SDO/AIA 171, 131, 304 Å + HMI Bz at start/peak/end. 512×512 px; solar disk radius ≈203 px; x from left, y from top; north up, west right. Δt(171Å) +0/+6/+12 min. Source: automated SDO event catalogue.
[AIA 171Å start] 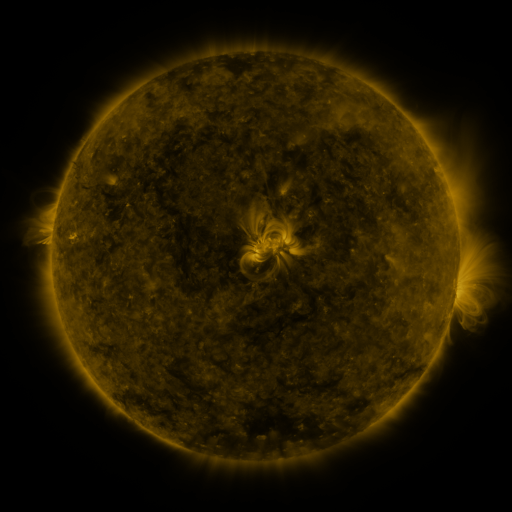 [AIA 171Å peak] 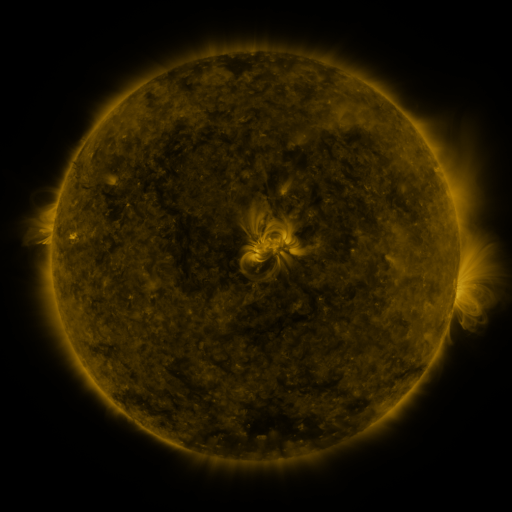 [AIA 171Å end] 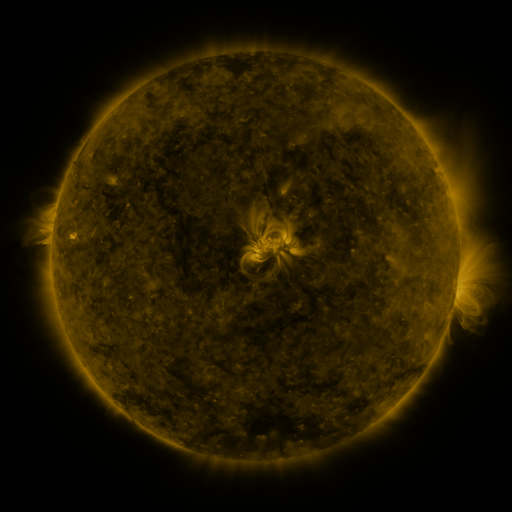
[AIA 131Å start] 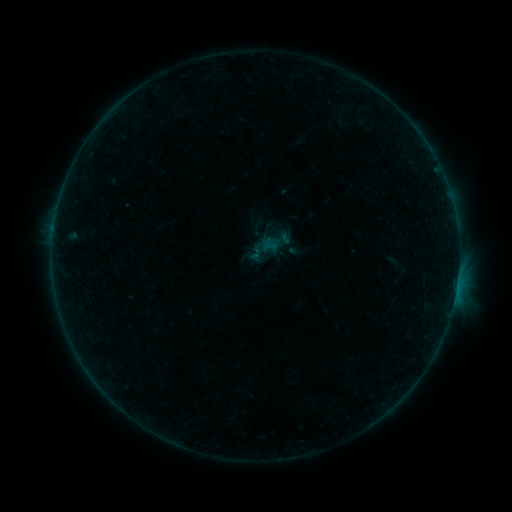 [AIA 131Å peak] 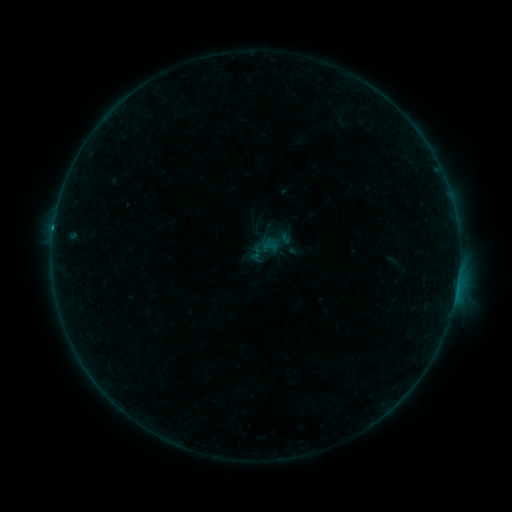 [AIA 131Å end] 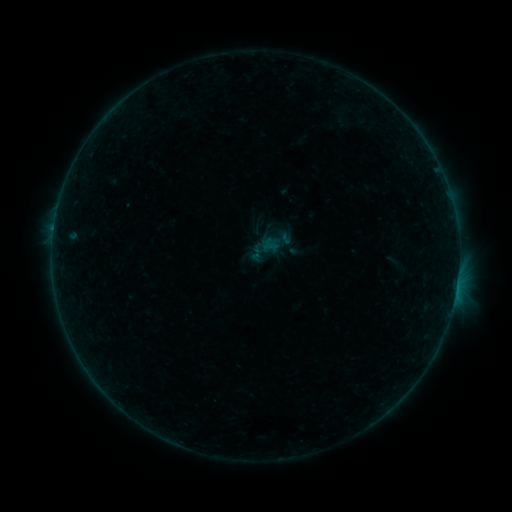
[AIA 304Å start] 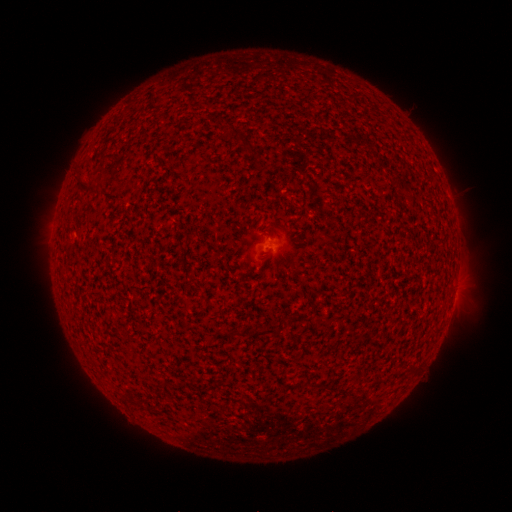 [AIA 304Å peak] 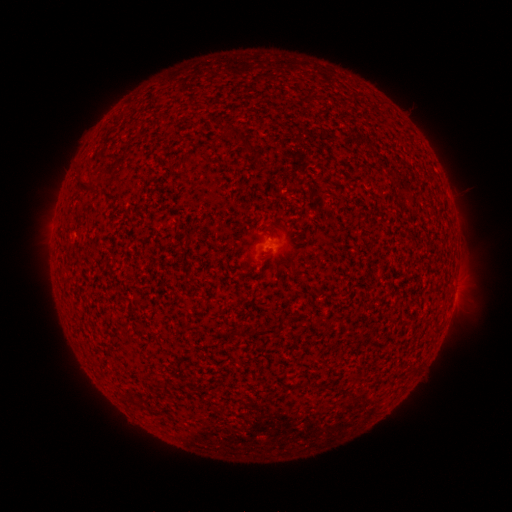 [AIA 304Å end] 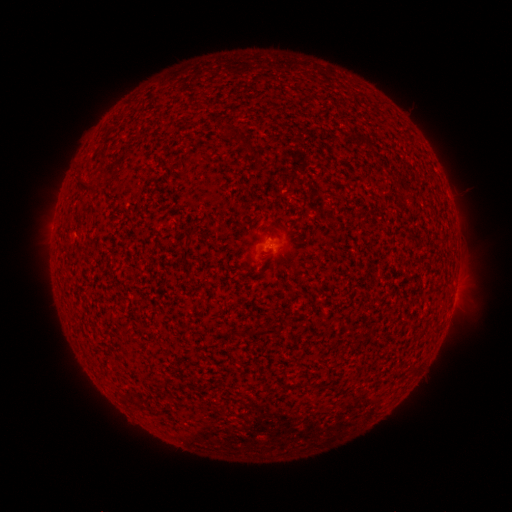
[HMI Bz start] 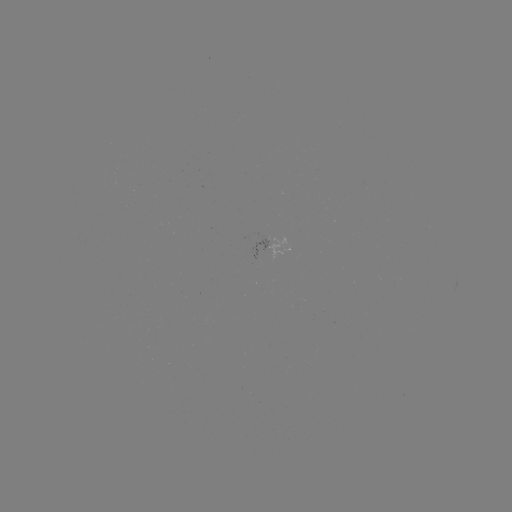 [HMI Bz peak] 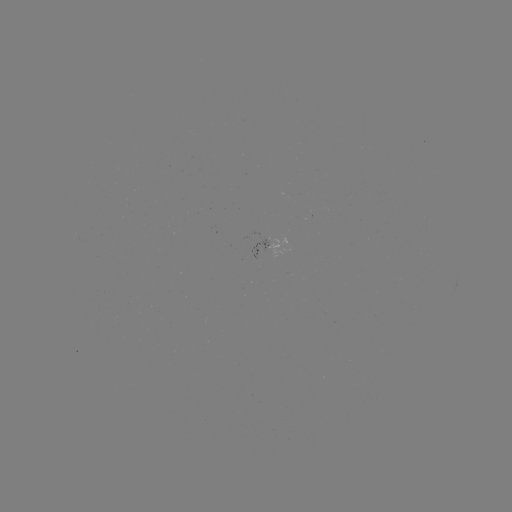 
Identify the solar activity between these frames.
B3.0 flare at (54, 230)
